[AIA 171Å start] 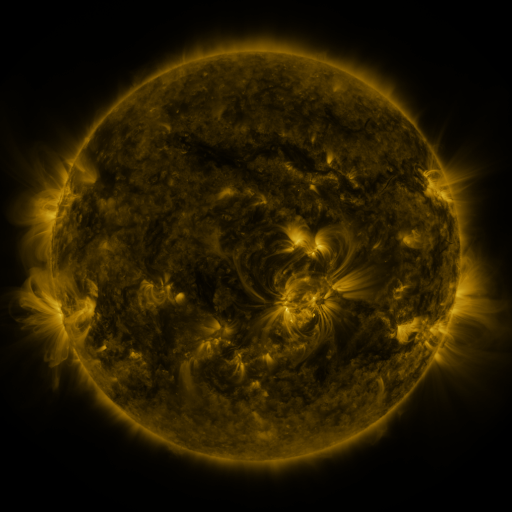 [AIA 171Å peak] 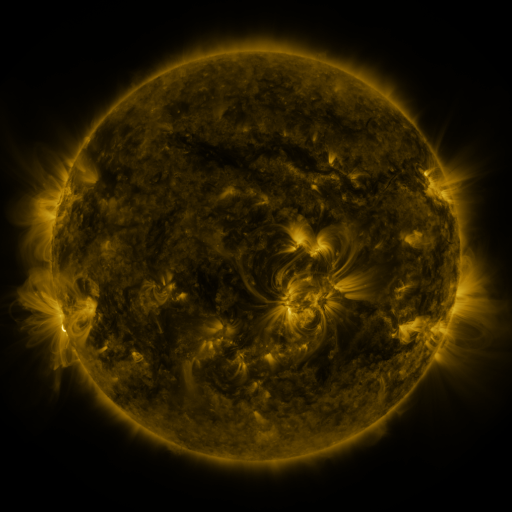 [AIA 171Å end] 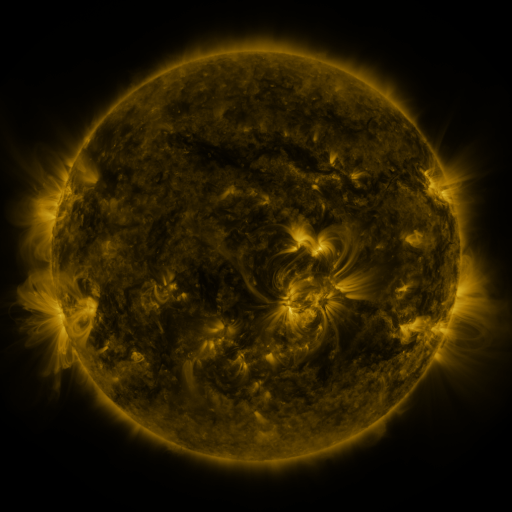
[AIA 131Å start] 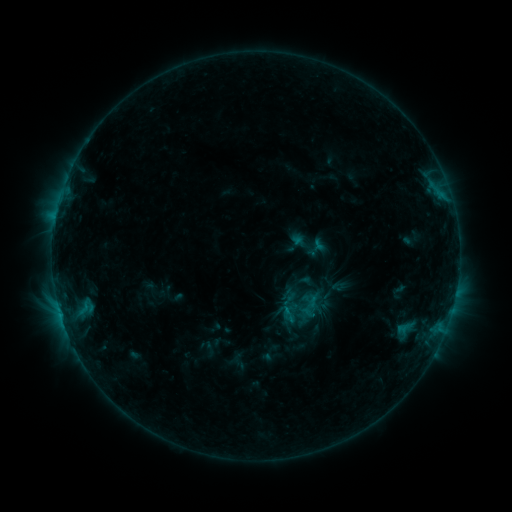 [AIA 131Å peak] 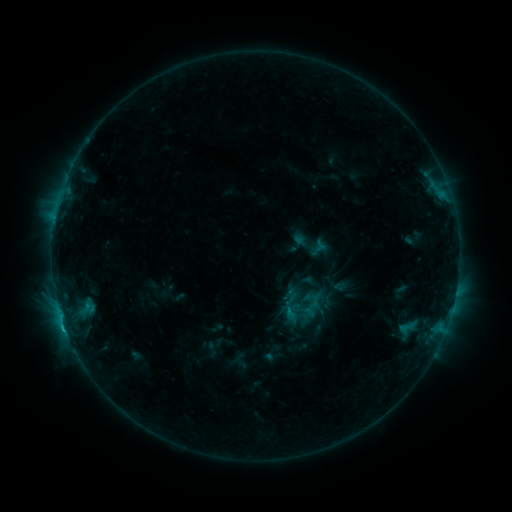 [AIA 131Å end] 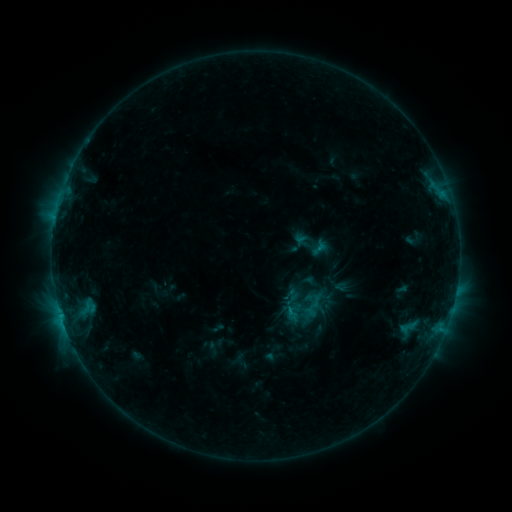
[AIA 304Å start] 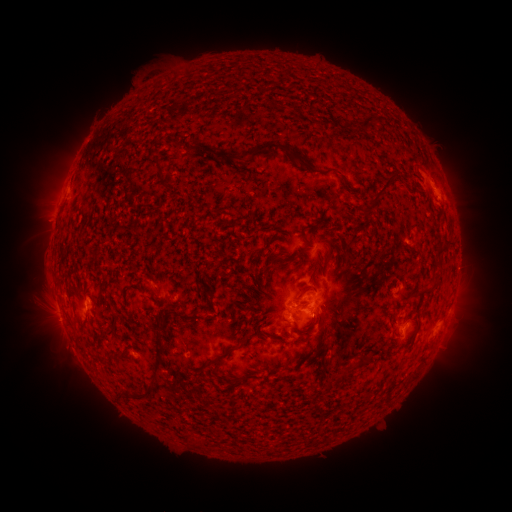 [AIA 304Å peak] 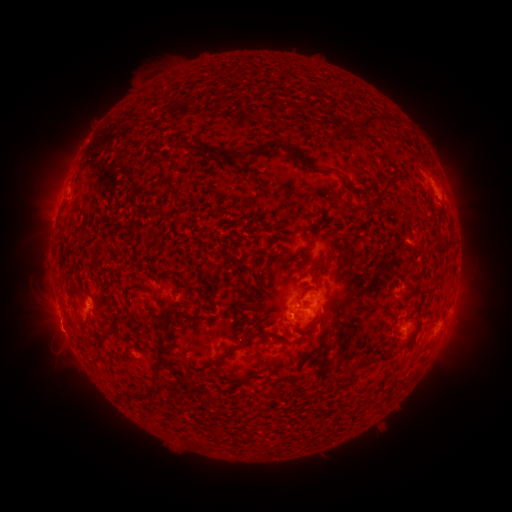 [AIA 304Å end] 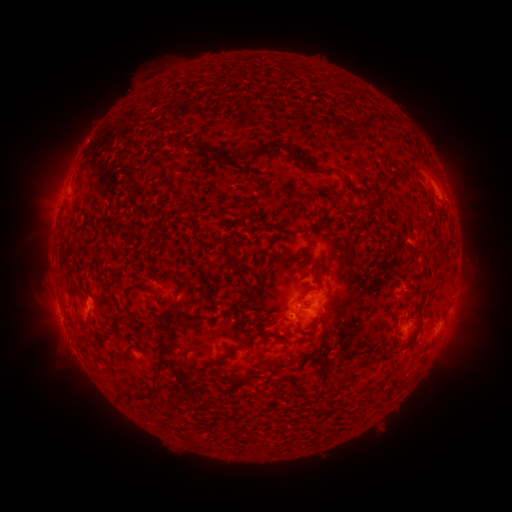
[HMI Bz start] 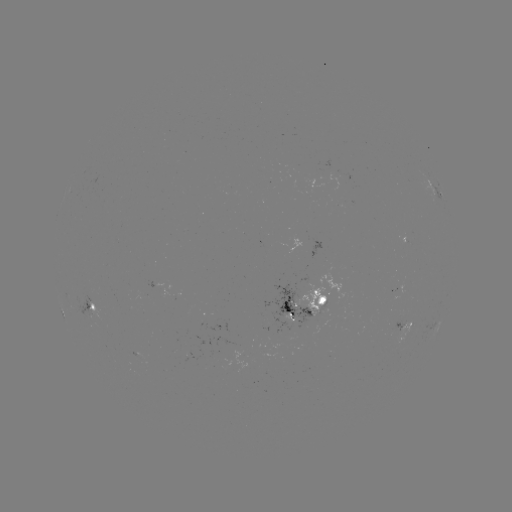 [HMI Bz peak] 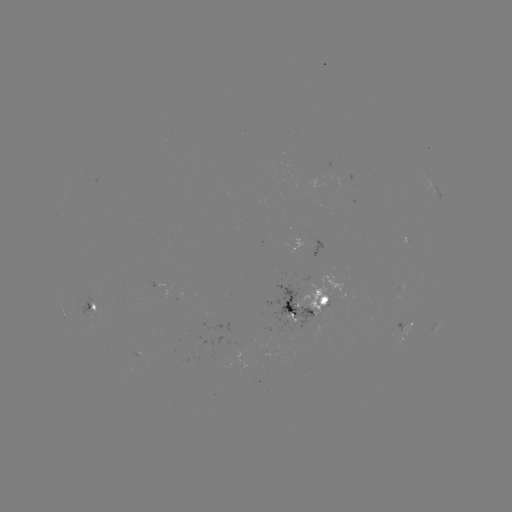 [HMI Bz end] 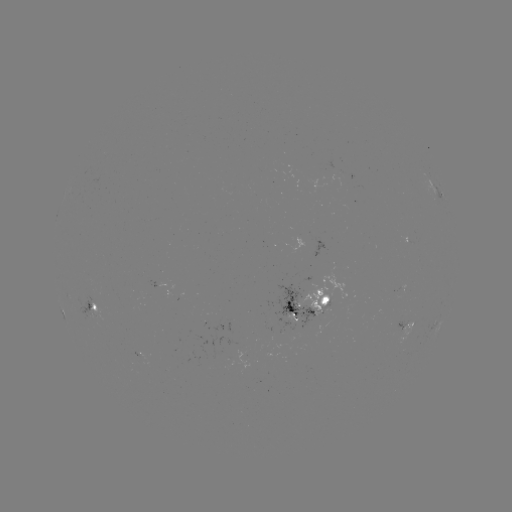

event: emerging-flux region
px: (230, 355)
